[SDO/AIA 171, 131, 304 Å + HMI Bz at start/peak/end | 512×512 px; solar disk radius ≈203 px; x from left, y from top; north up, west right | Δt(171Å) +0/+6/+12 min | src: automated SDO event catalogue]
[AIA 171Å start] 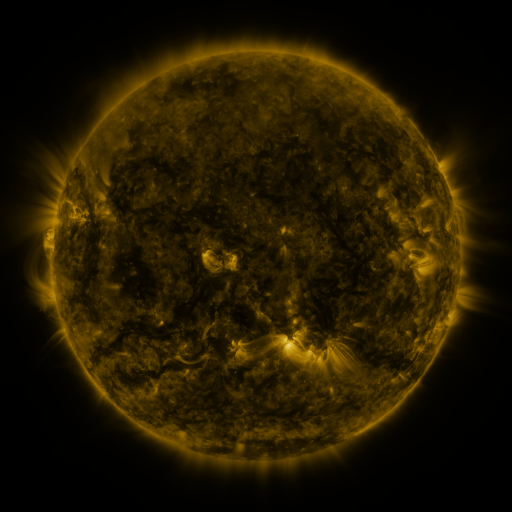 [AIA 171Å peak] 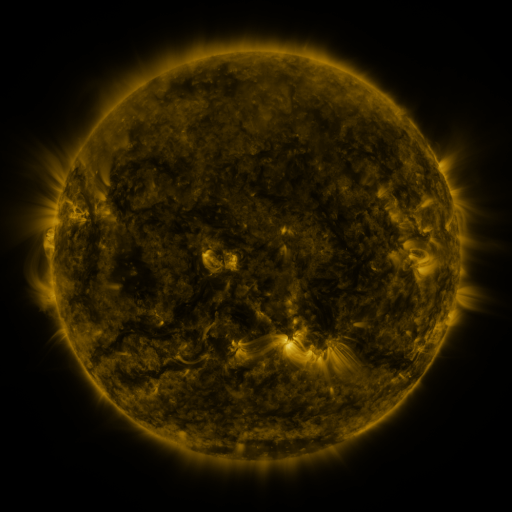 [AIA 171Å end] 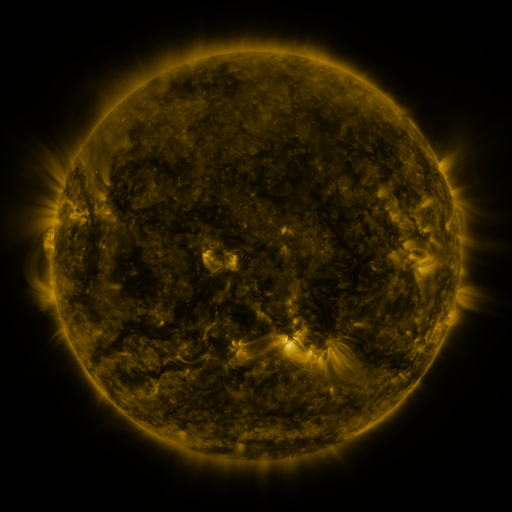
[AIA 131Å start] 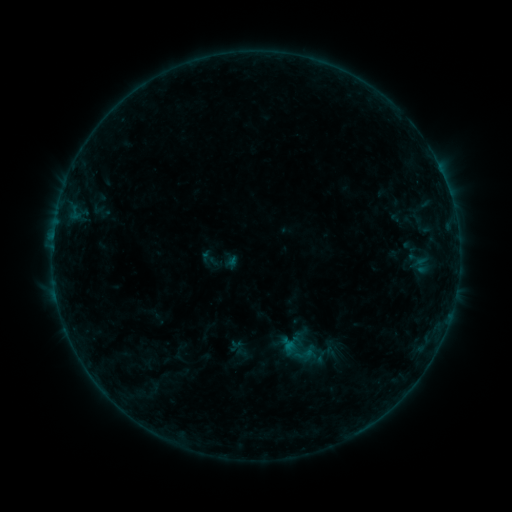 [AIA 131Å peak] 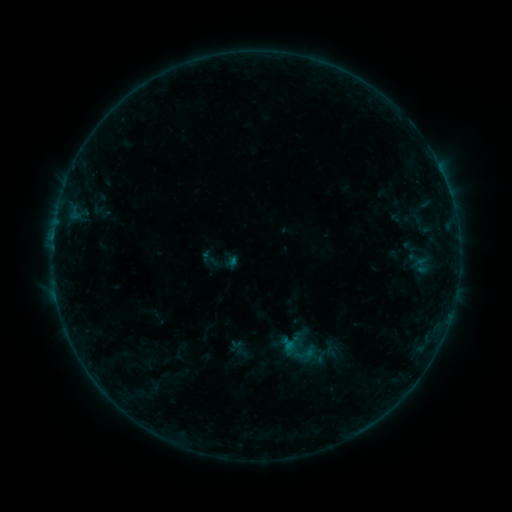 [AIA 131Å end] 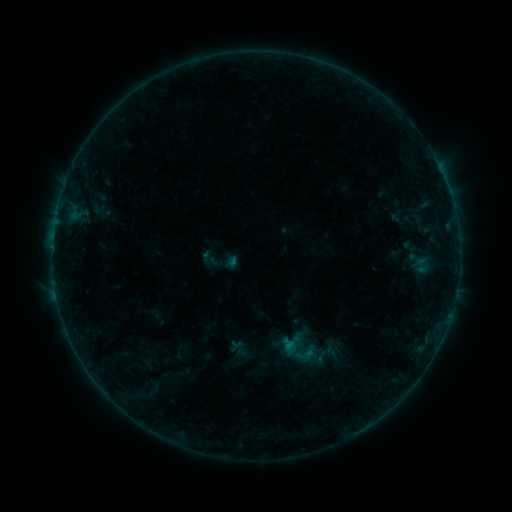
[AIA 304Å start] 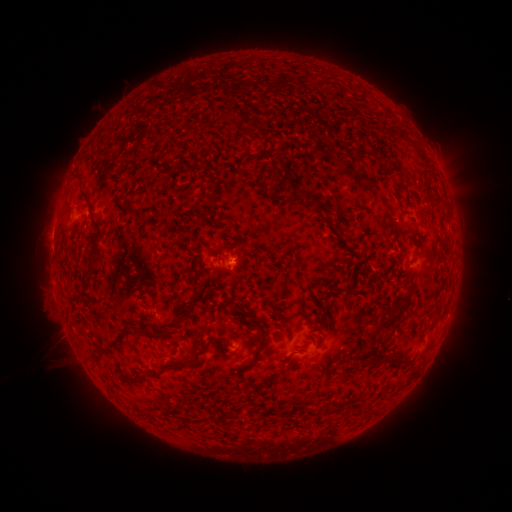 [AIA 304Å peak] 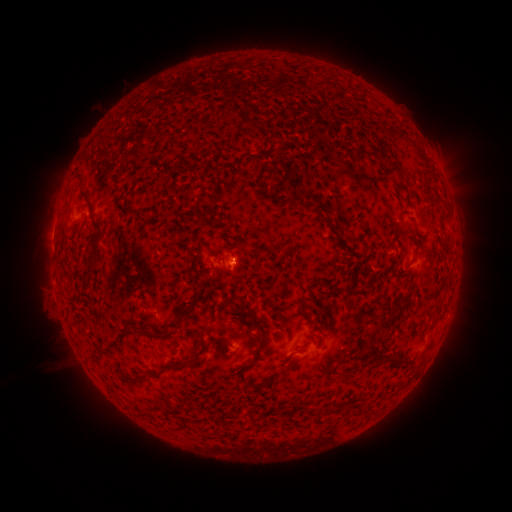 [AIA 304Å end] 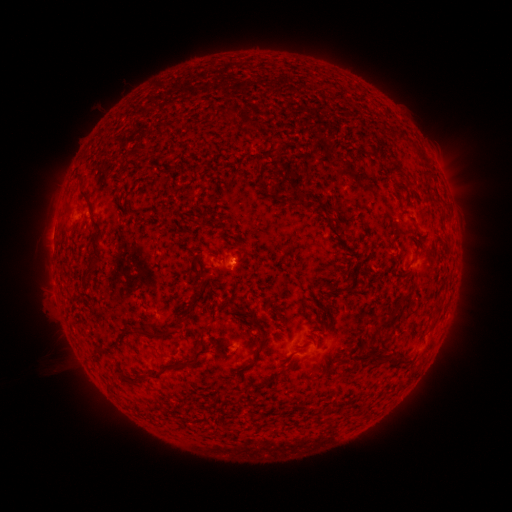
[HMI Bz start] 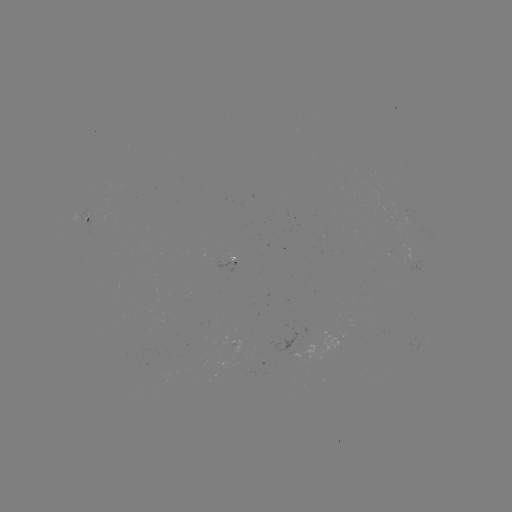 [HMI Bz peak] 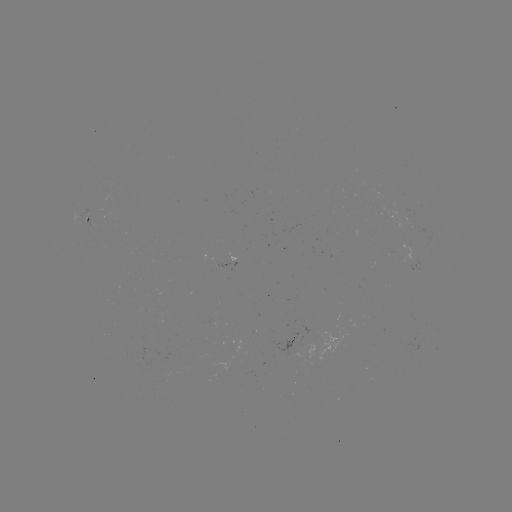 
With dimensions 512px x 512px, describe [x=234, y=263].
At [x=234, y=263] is B2.2 flare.